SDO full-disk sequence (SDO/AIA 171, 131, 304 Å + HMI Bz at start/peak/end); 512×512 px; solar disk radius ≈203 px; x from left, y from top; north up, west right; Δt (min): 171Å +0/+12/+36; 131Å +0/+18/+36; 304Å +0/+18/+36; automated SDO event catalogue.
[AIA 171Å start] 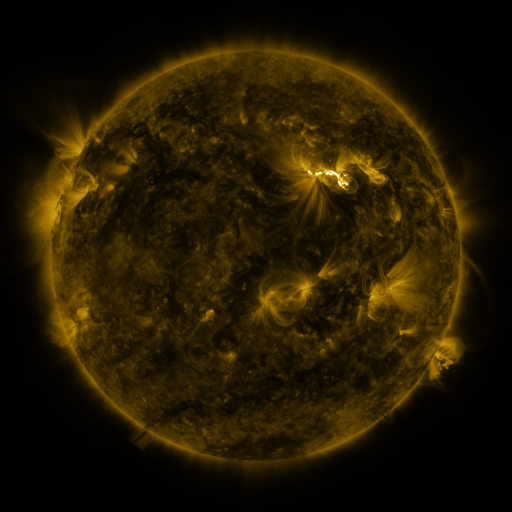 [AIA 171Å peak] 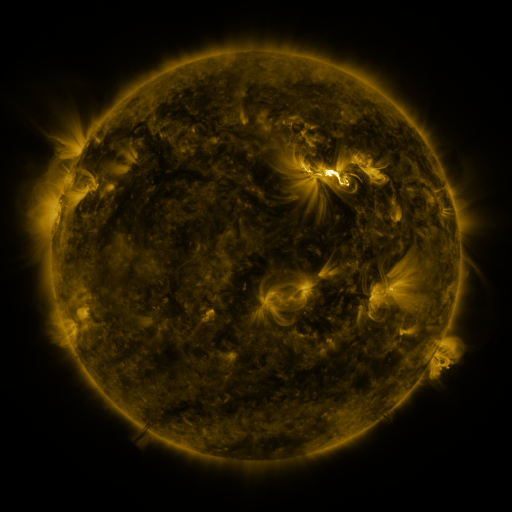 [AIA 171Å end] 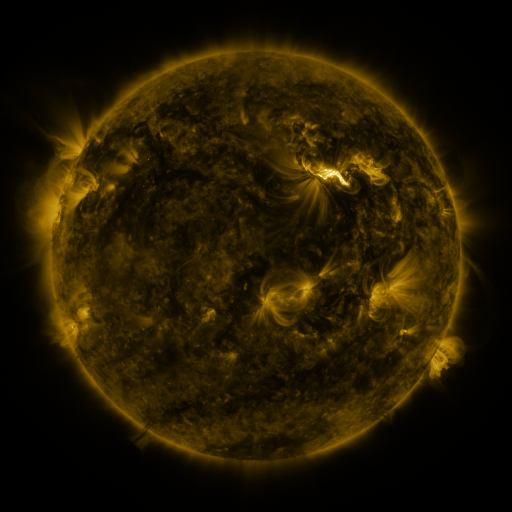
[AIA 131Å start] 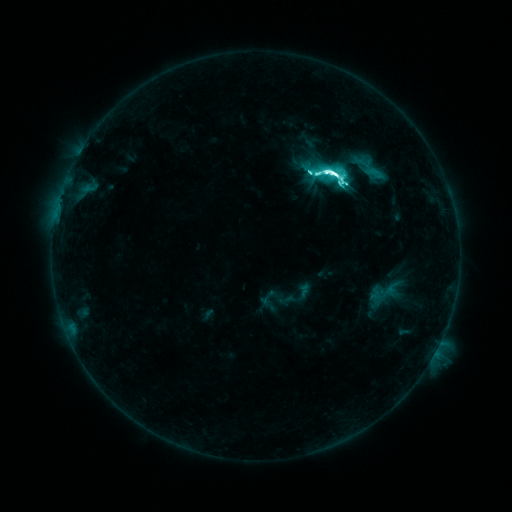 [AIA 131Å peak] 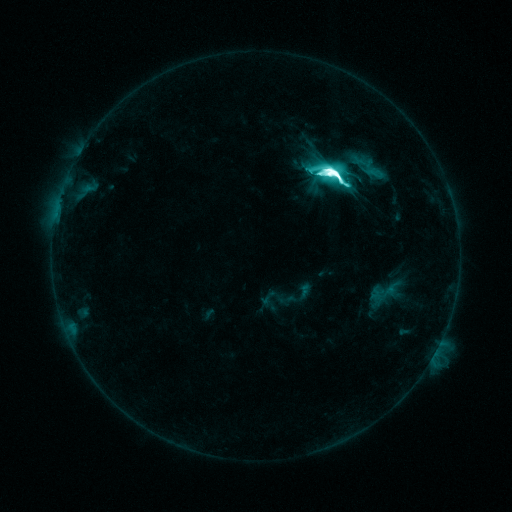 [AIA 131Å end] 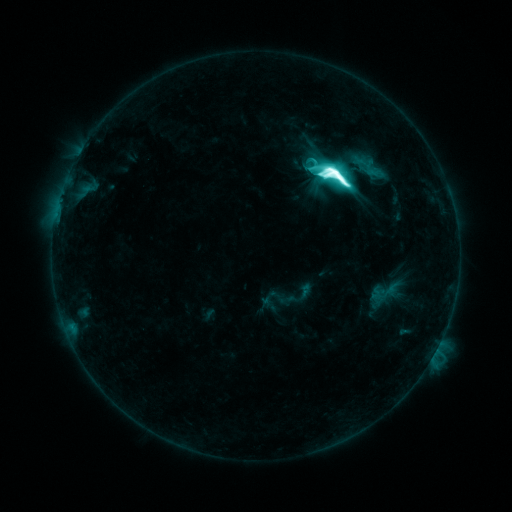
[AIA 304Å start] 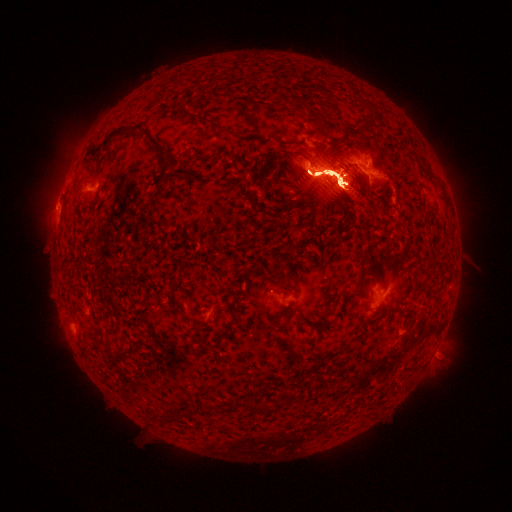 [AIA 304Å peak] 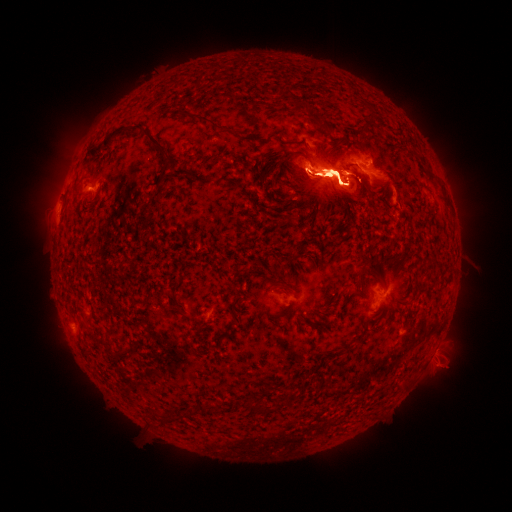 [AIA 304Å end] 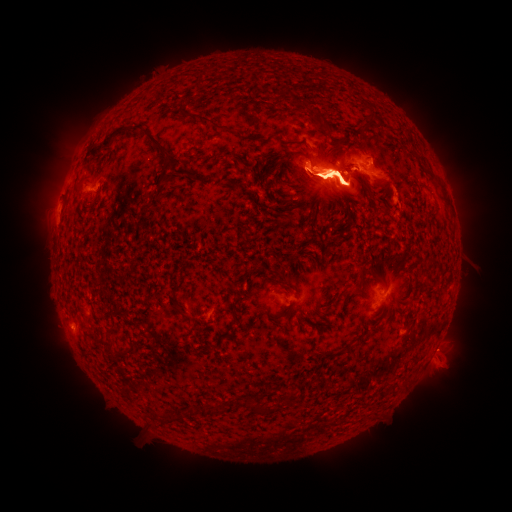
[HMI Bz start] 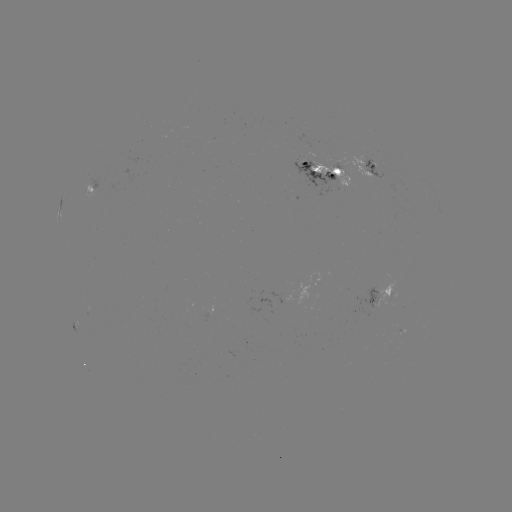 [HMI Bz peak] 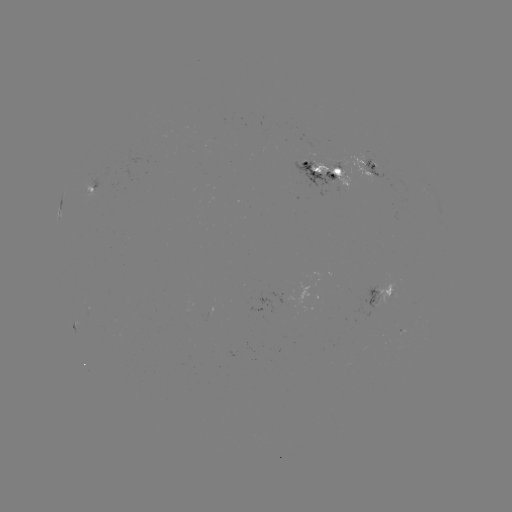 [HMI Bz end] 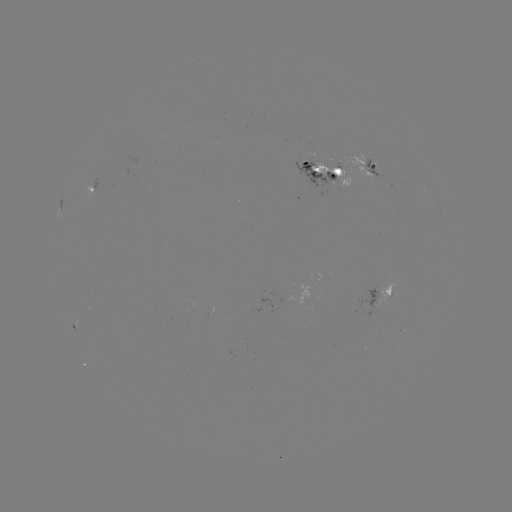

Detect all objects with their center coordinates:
eruption: (60, 180)
